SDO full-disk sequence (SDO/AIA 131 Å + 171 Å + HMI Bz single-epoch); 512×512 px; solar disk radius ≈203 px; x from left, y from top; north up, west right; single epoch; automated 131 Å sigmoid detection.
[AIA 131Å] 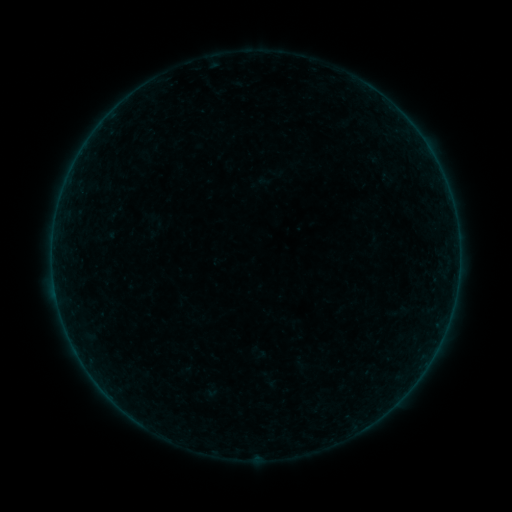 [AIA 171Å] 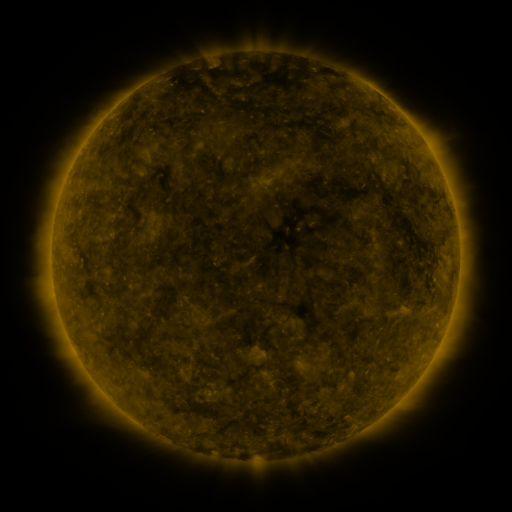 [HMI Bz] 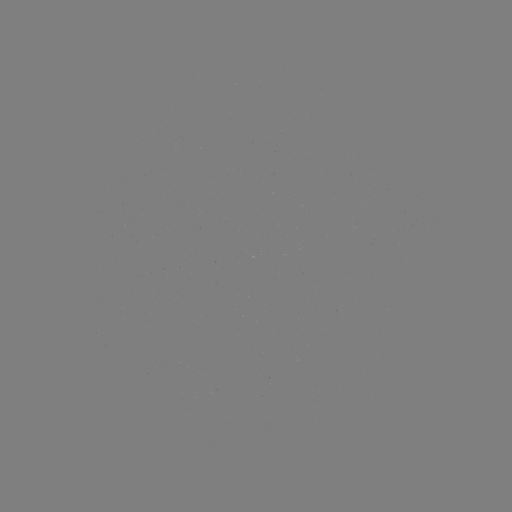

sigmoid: [375, 170, 402, 187]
